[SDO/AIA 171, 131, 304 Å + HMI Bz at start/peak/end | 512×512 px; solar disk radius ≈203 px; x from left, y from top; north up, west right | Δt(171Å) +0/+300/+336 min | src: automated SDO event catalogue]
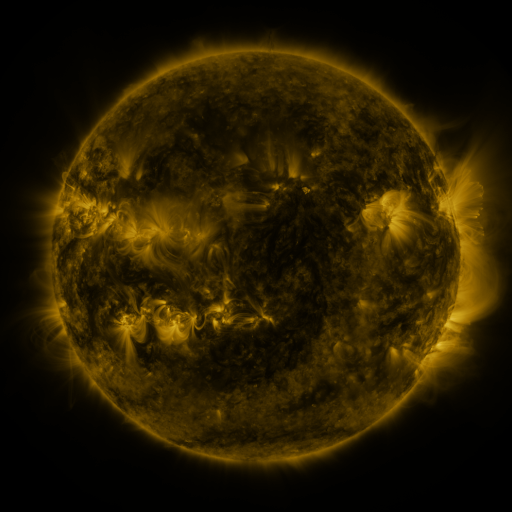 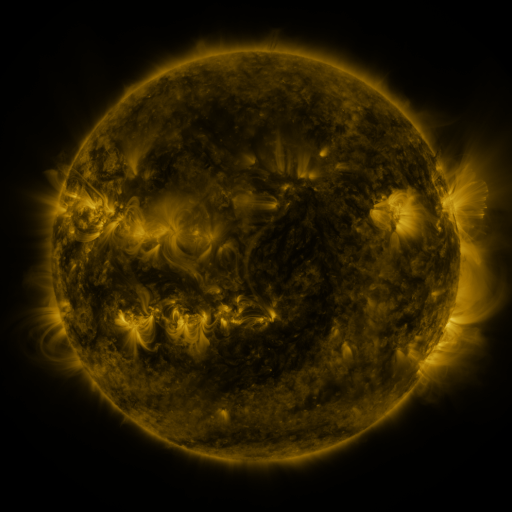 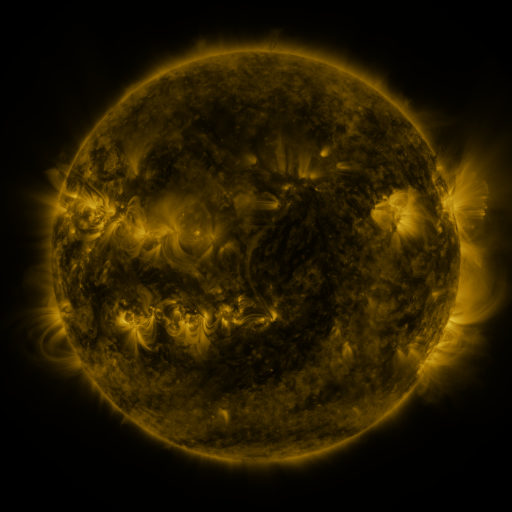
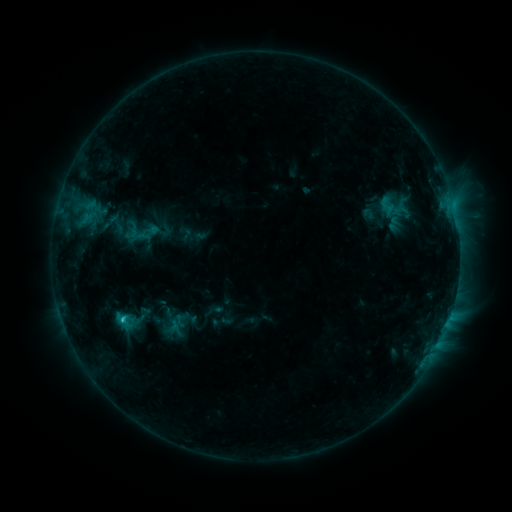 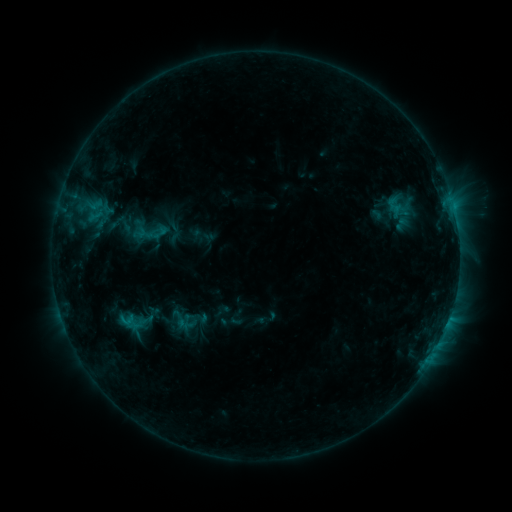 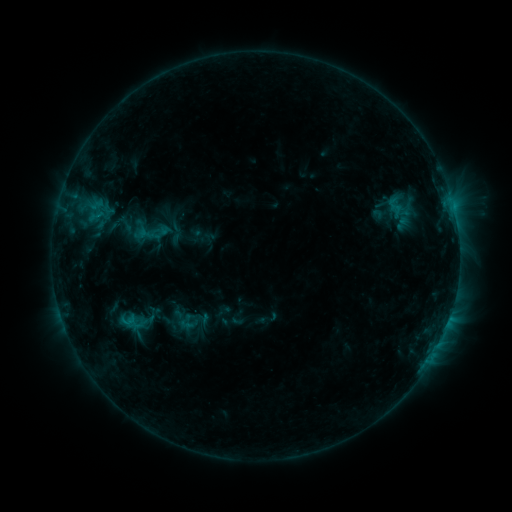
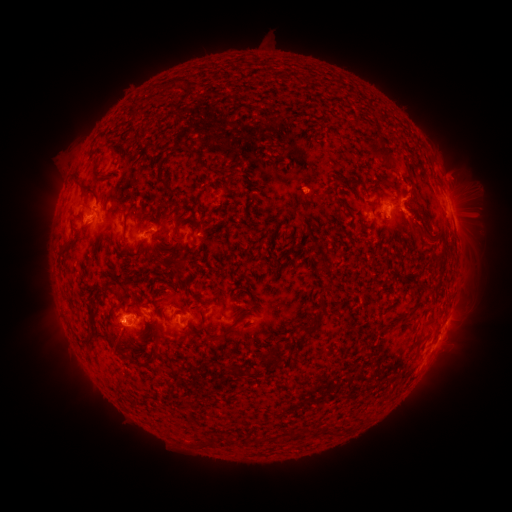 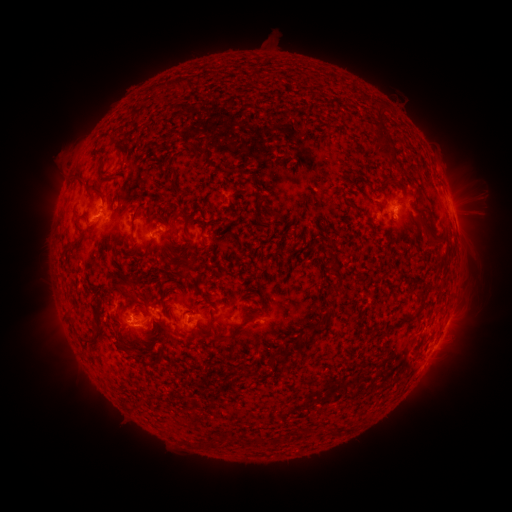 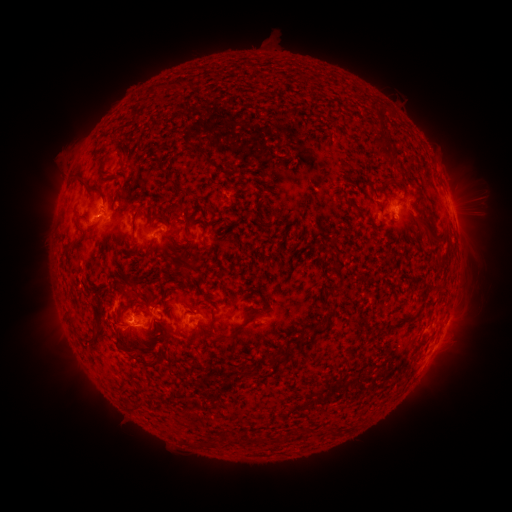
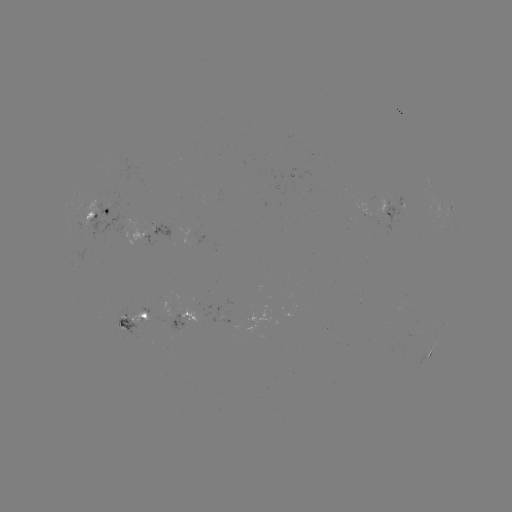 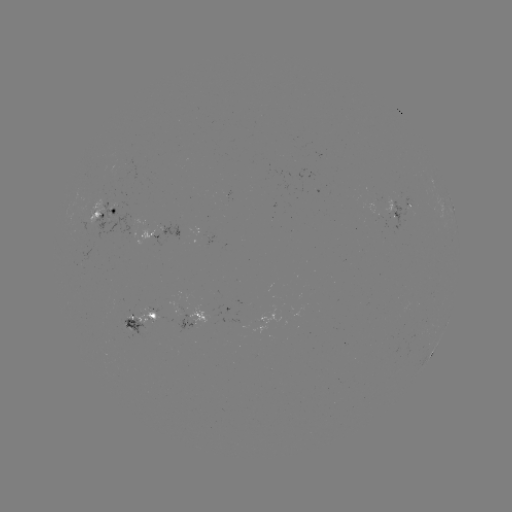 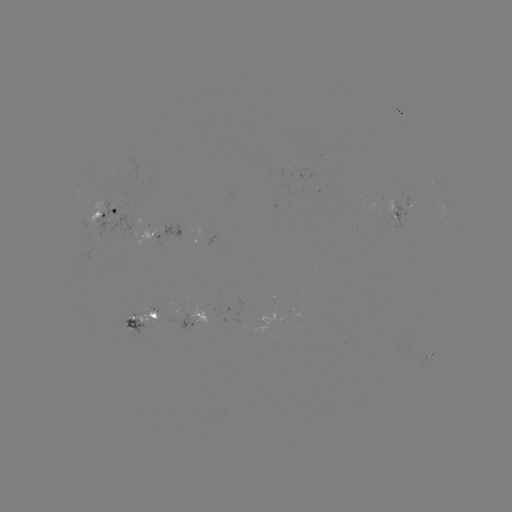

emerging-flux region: <bbox>220, 190, 232, 196</bbox>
